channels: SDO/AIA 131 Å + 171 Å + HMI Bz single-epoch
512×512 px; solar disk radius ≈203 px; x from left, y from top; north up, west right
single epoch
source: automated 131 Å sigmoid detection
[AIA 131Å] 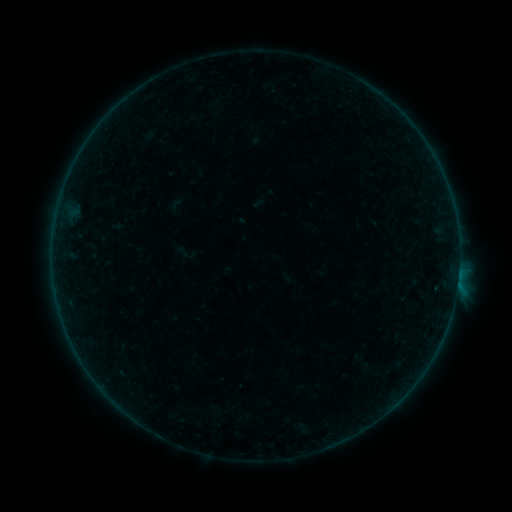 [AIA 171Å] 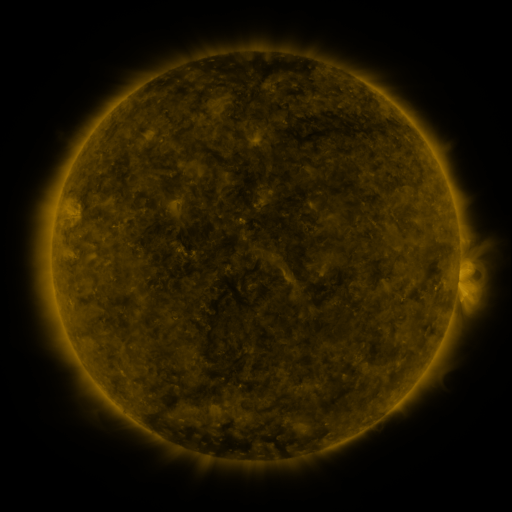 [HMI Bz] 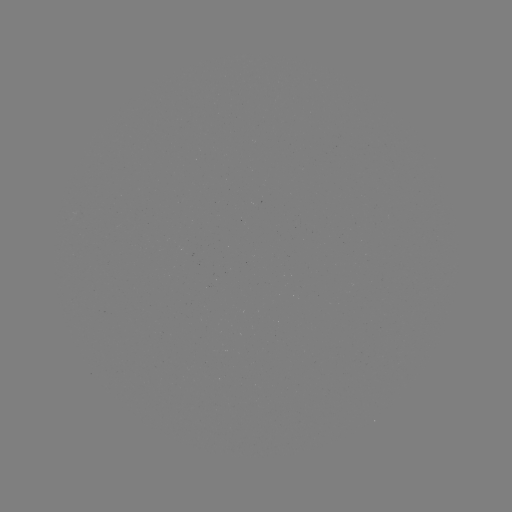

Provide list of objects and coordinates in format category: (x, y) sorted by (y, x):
sigmoid: (185, 253)
